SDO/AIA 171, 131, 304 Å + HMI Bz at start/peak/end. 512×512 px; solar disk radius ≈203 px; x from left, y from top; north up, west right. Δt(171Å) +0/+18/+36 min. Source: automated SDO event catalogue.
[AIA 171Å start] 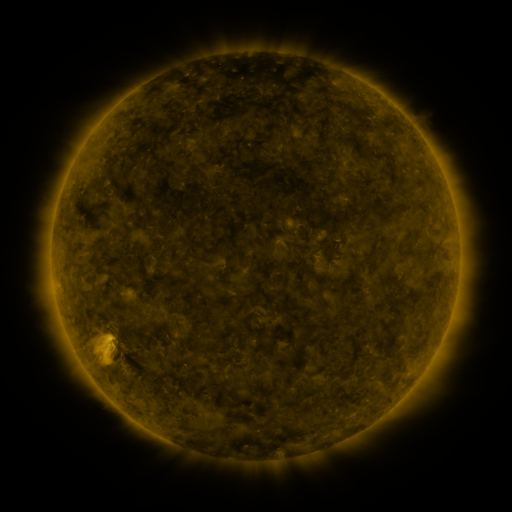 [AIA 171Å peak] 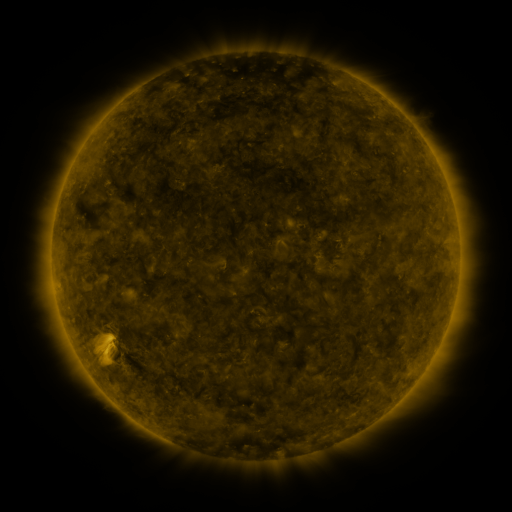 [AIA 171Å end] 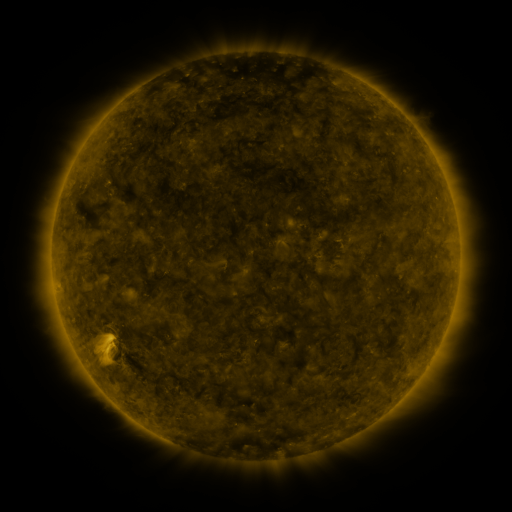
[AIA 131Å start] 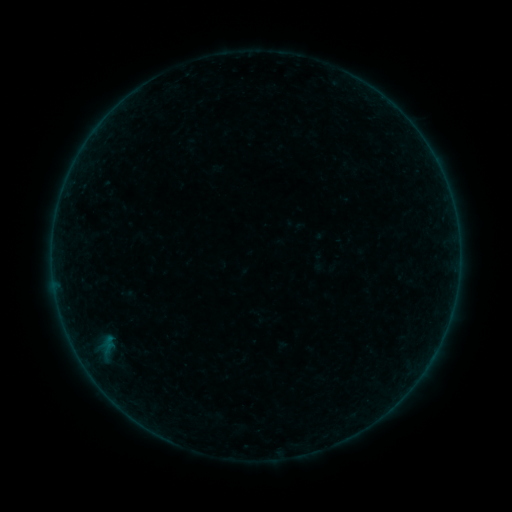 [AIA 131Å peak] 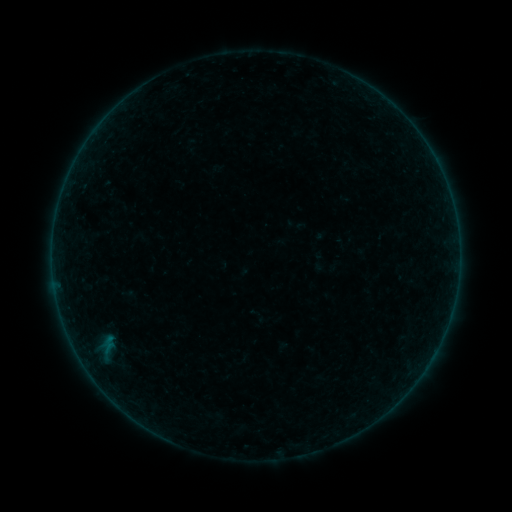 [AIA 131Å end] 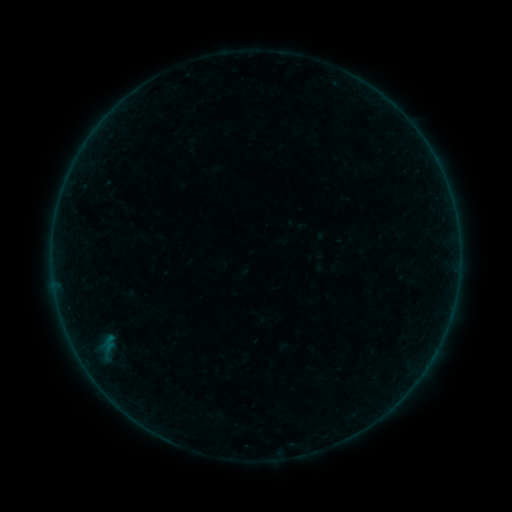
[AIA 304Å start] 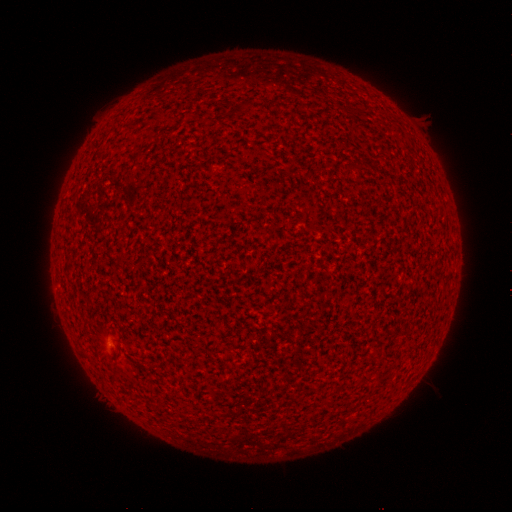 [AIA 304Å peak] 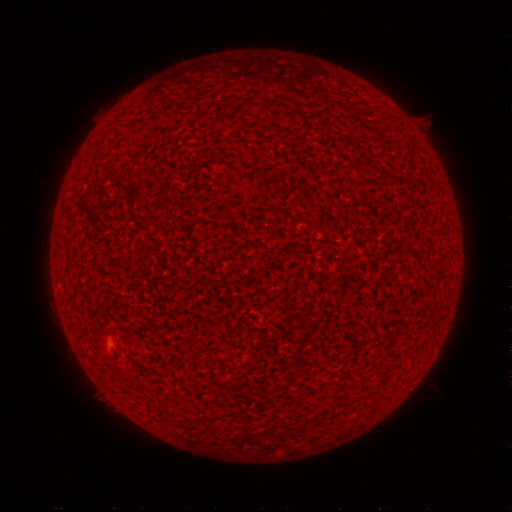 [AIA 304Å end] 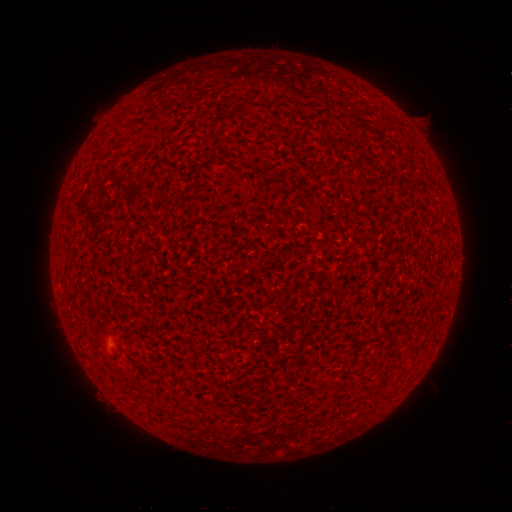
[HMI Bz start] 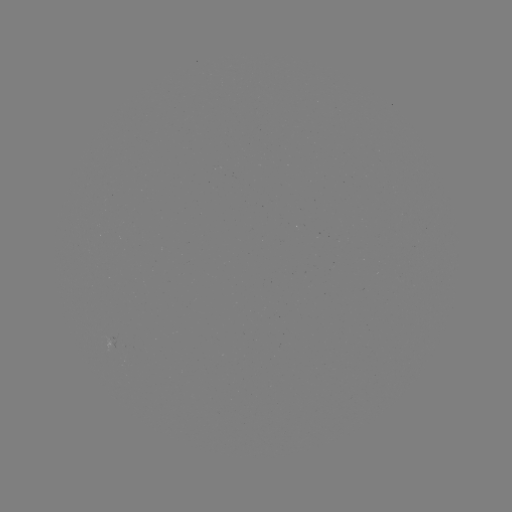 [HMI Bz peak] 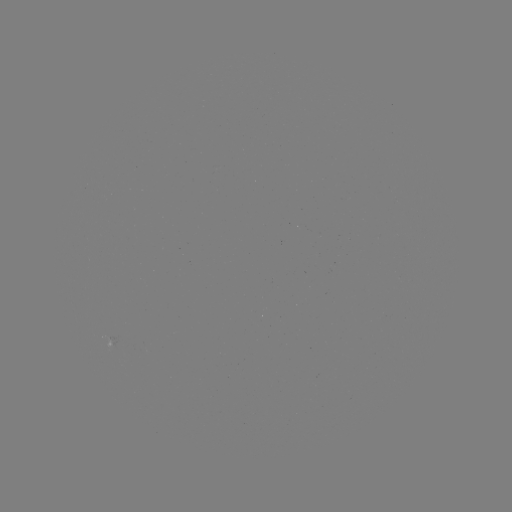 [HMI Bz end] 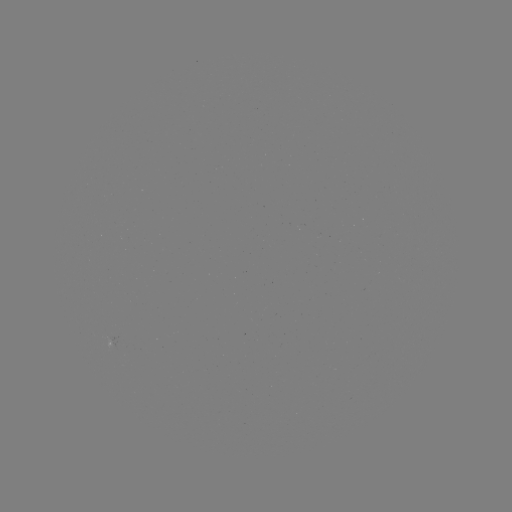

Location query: A8.6 flare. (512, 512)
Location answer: [112, 335].